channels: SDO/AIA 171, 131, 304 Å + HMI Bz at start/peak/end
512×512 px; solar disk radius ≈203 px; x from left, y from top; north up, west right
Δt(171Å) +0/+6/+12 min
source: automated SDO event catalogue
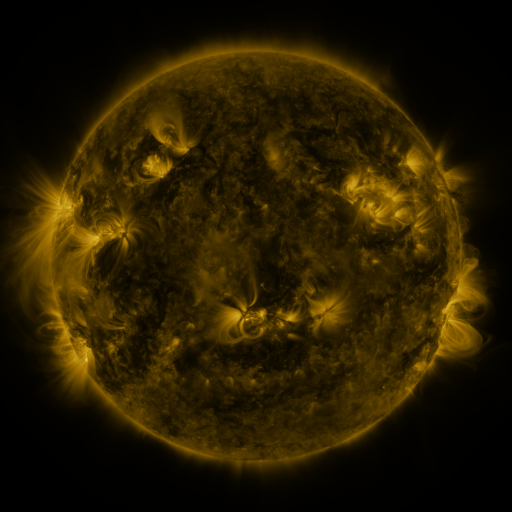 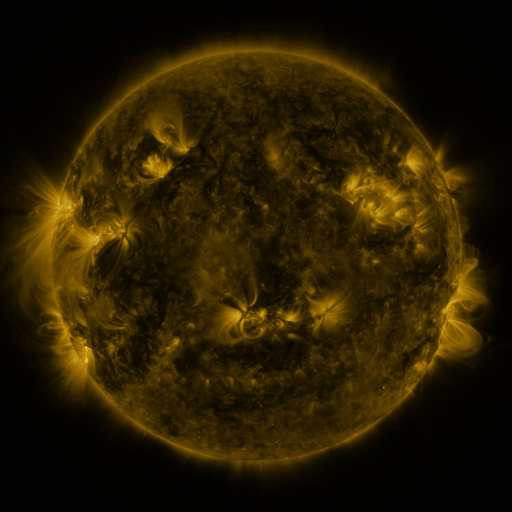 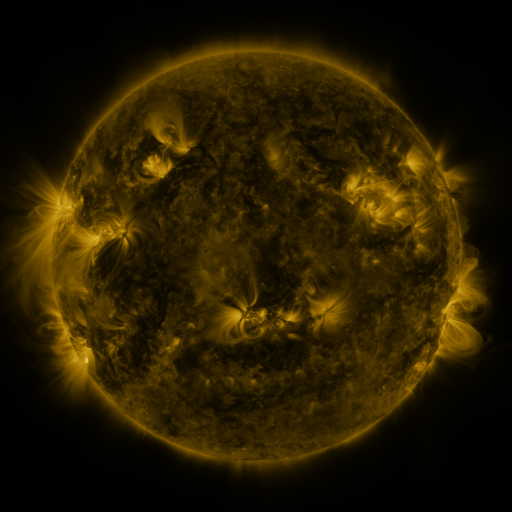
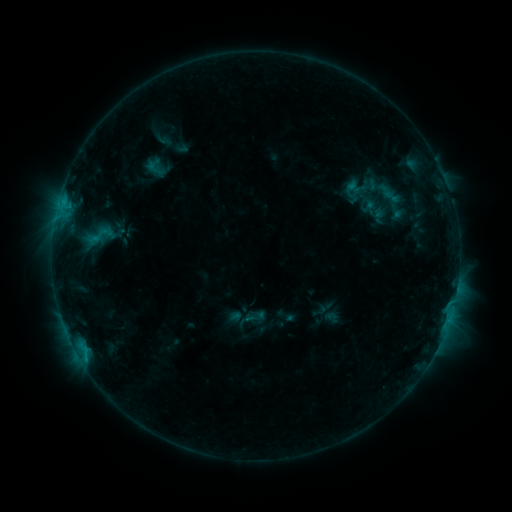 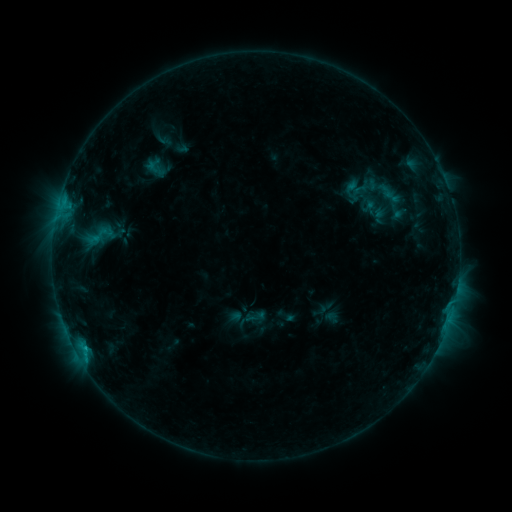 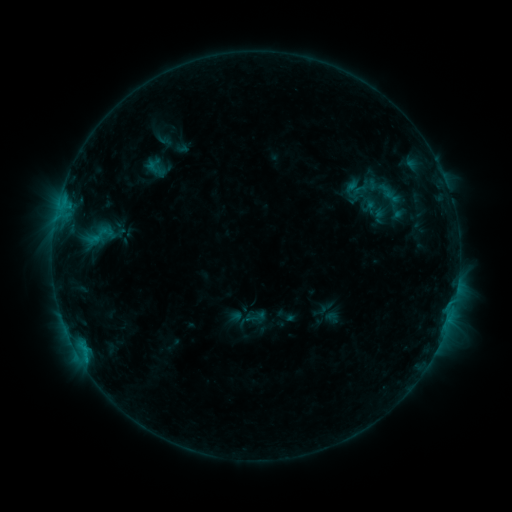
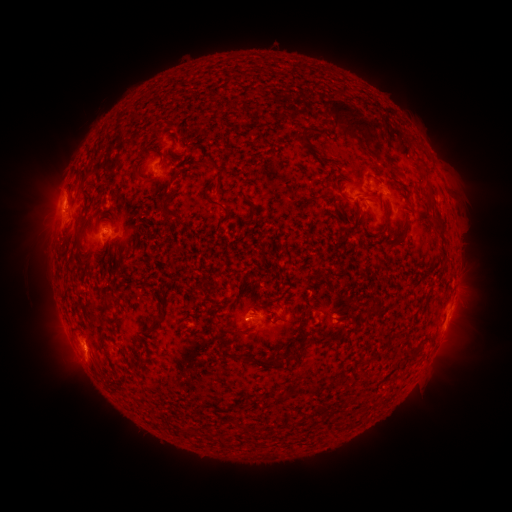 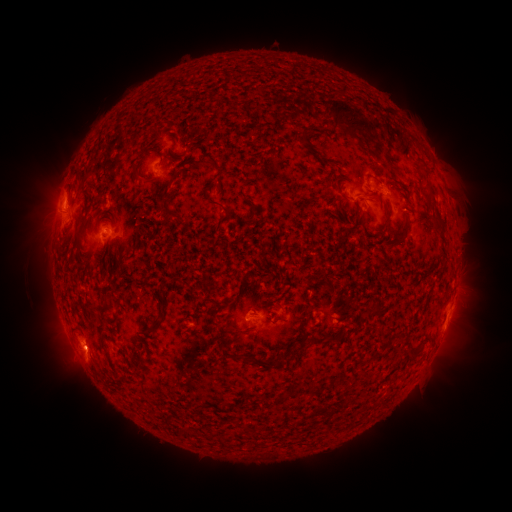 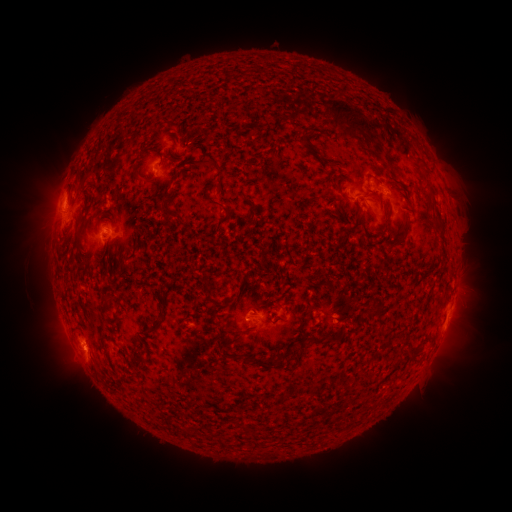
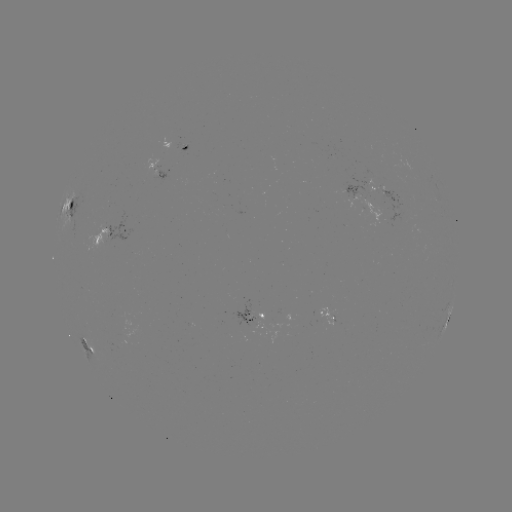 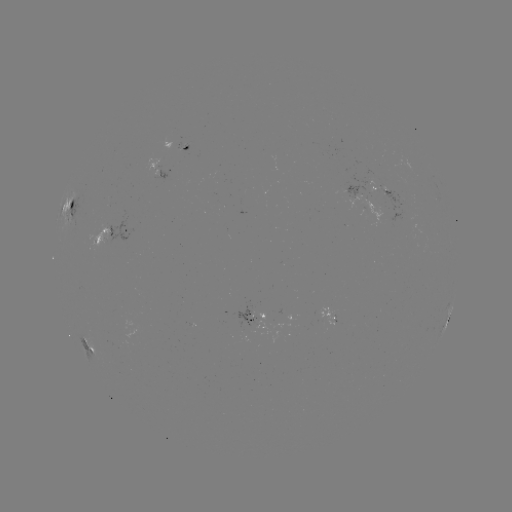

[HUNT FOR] C1.0 flare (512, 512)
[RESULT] (85, 348)